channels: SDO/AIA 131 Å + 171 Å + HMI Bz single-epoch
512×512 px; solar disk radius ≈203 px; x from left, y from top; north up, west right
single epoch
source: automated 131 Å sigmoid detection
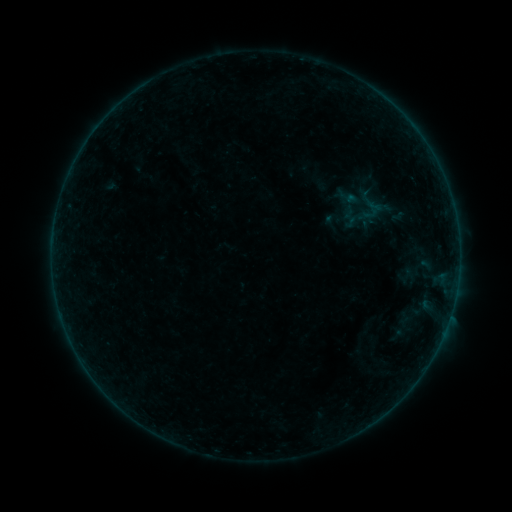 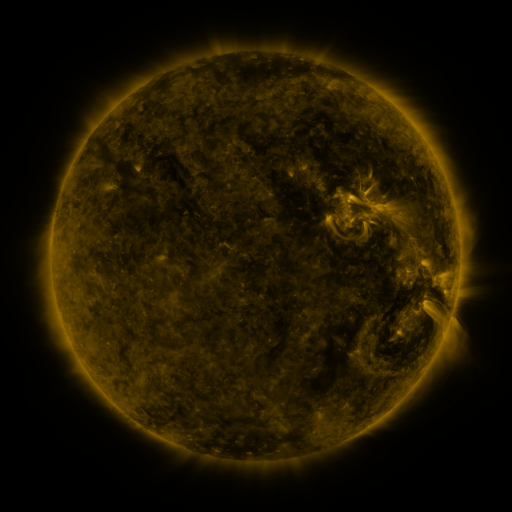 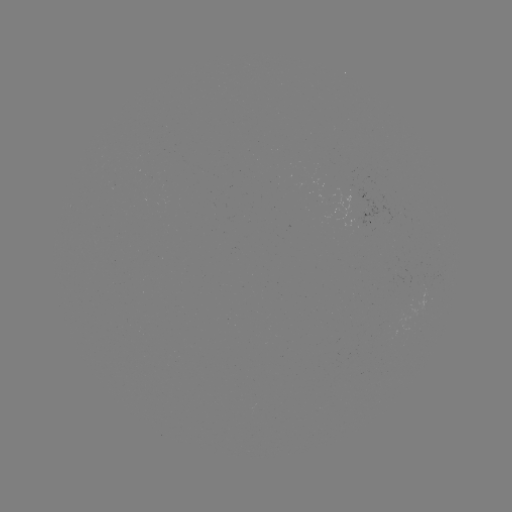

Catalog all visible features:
sigmoid: <bbox>349, 189, 393, 222</bbox>
